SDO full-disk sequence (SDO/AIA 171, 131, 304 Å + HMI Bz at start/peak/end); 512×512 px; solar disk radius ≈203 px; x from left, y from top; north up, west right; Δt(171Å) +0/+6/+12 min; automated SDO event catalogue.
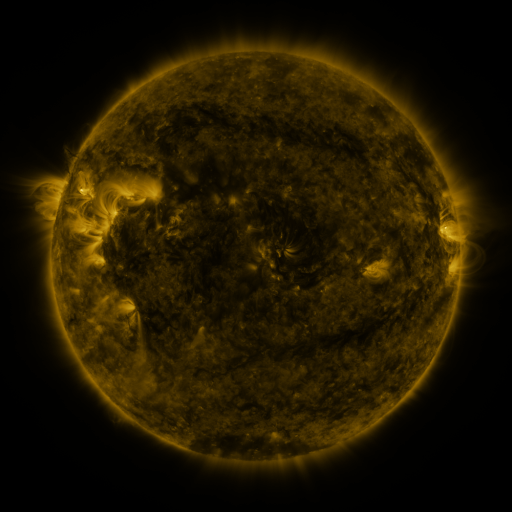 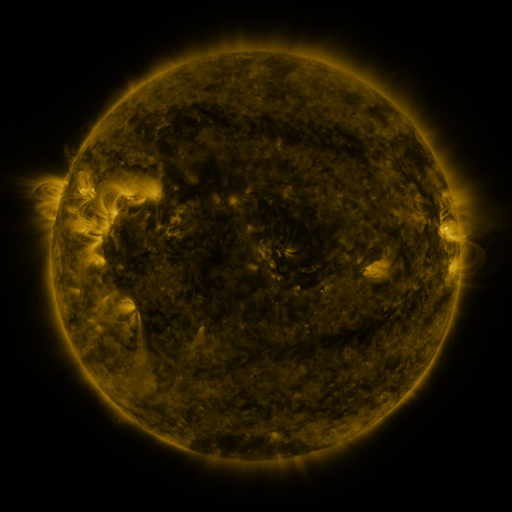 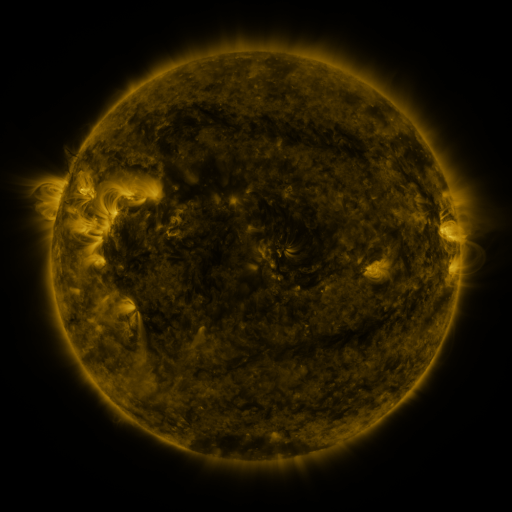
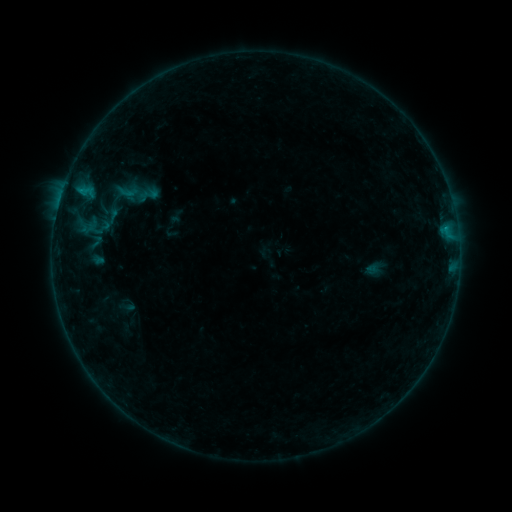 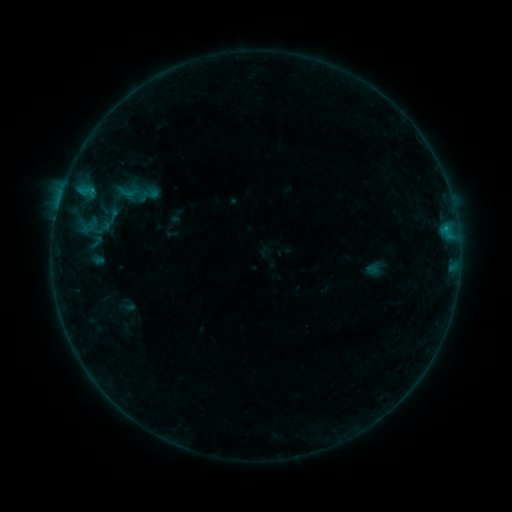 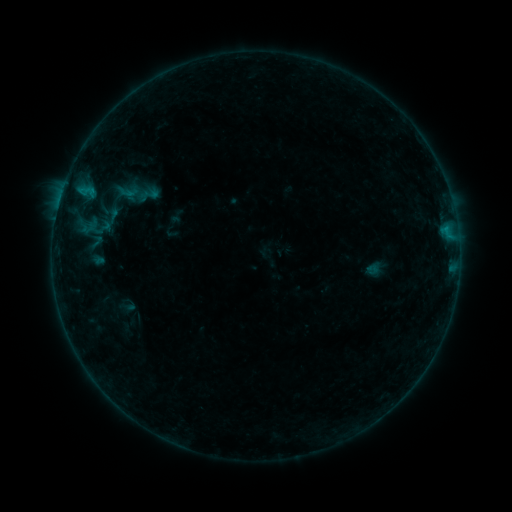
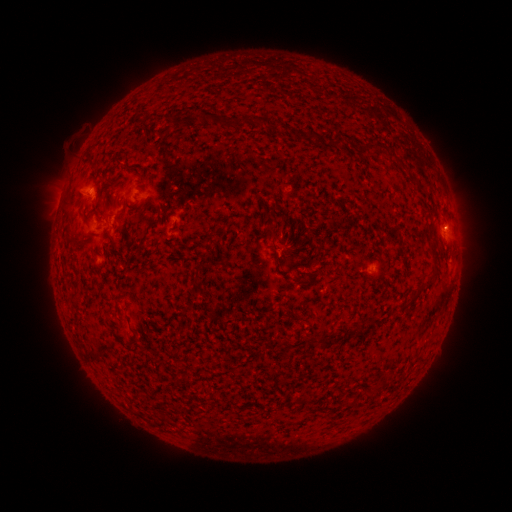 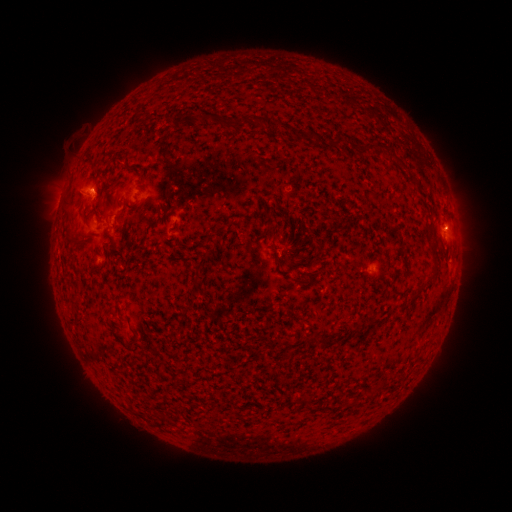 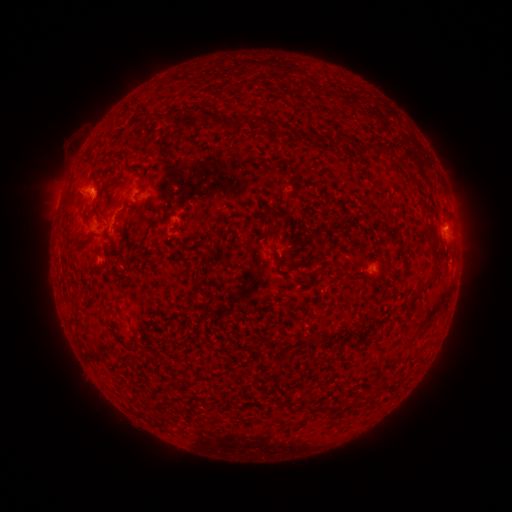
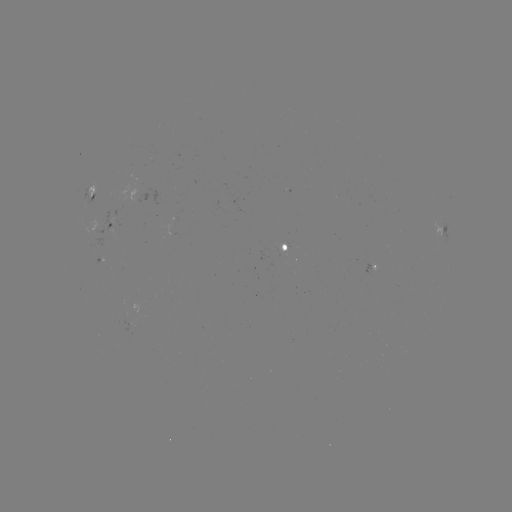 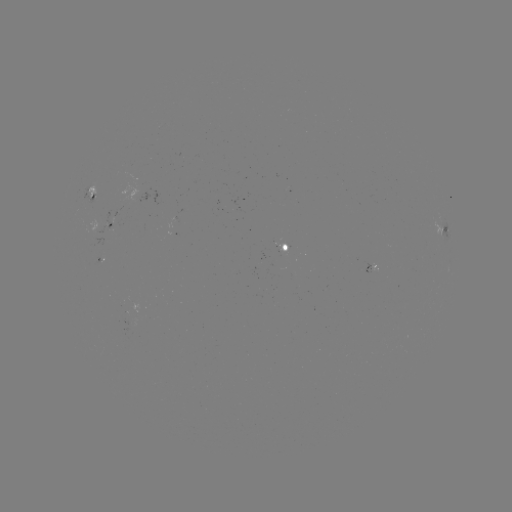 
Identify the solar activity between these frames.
B4.5 flare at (95, 191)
